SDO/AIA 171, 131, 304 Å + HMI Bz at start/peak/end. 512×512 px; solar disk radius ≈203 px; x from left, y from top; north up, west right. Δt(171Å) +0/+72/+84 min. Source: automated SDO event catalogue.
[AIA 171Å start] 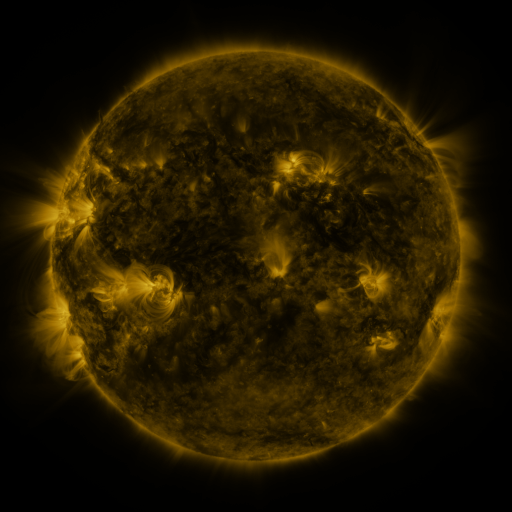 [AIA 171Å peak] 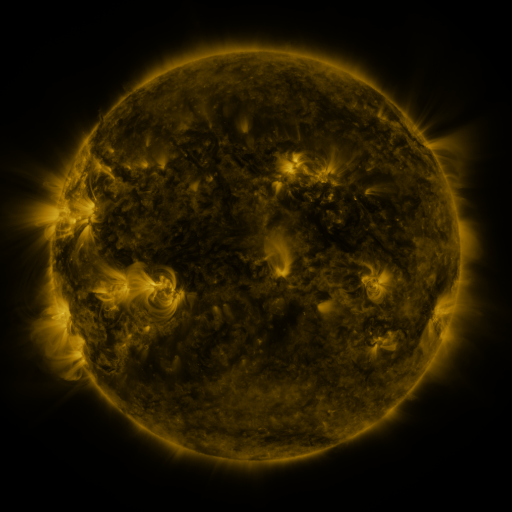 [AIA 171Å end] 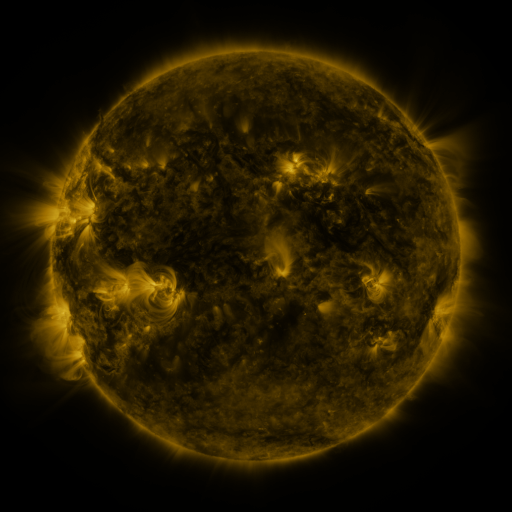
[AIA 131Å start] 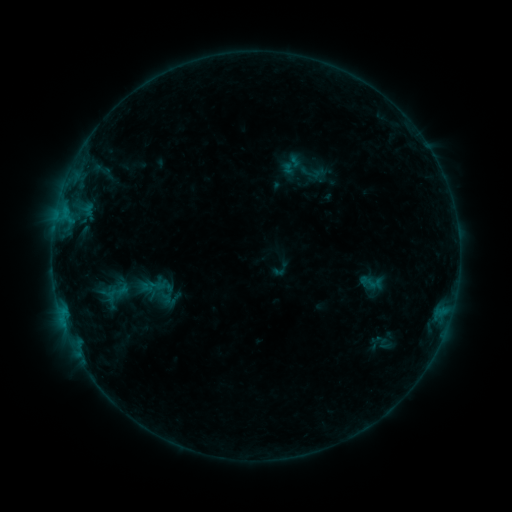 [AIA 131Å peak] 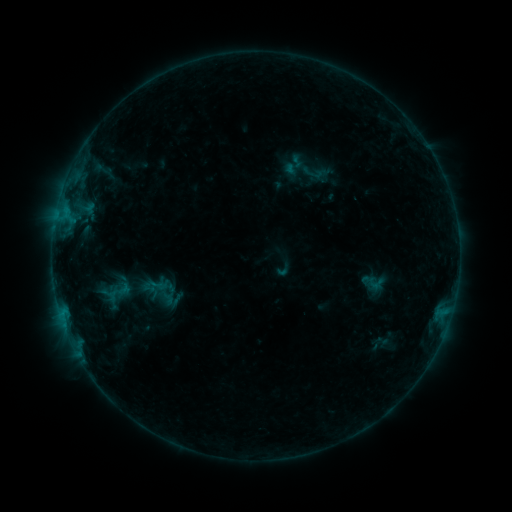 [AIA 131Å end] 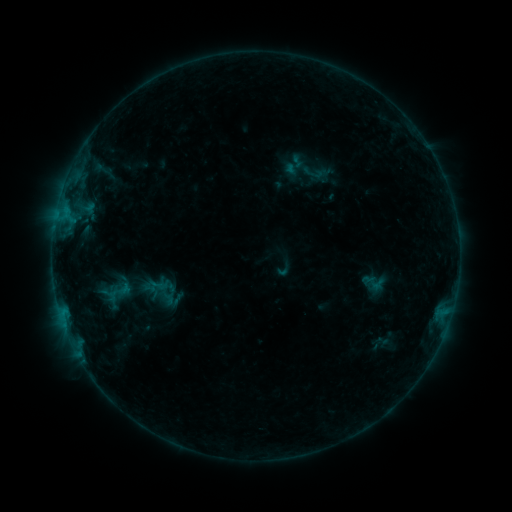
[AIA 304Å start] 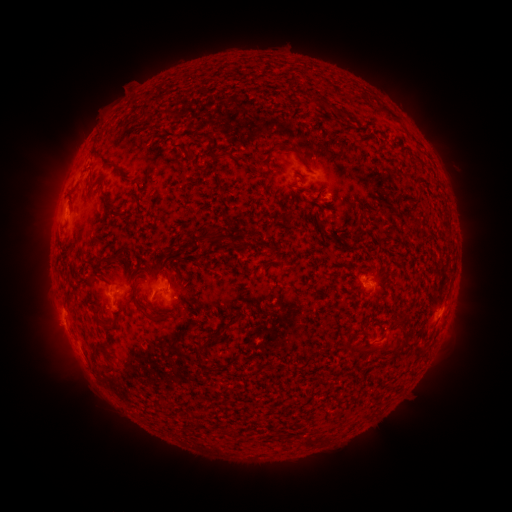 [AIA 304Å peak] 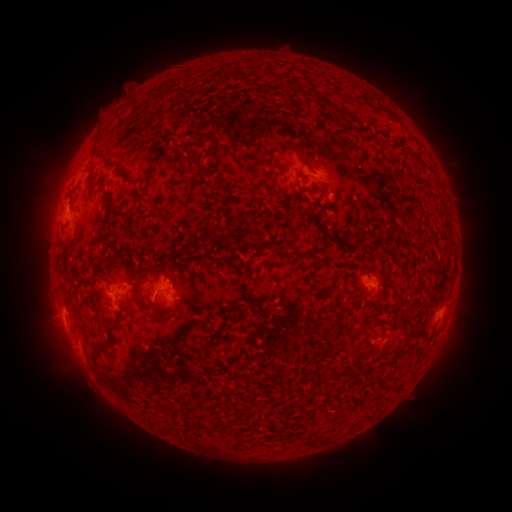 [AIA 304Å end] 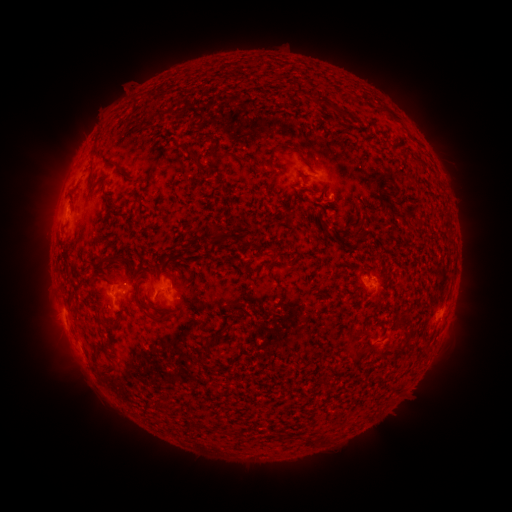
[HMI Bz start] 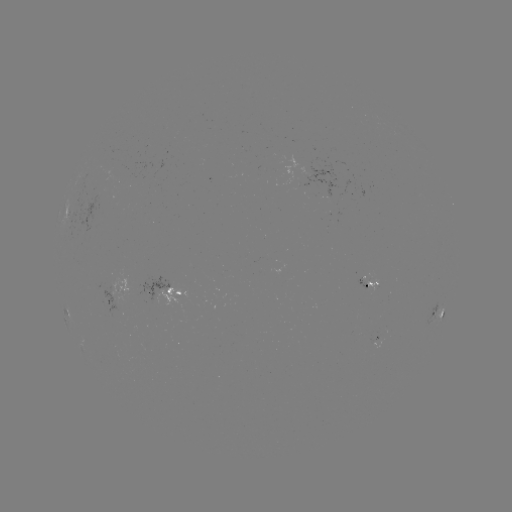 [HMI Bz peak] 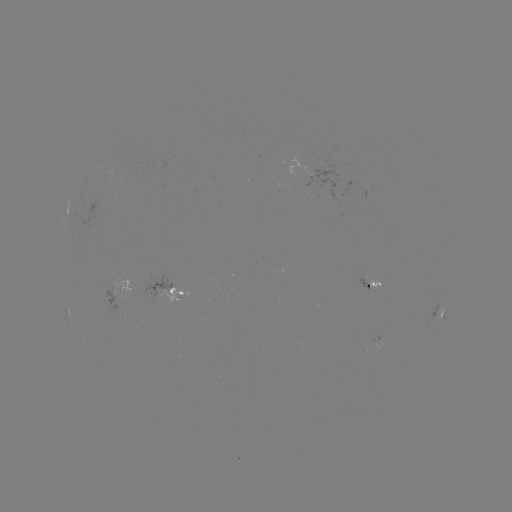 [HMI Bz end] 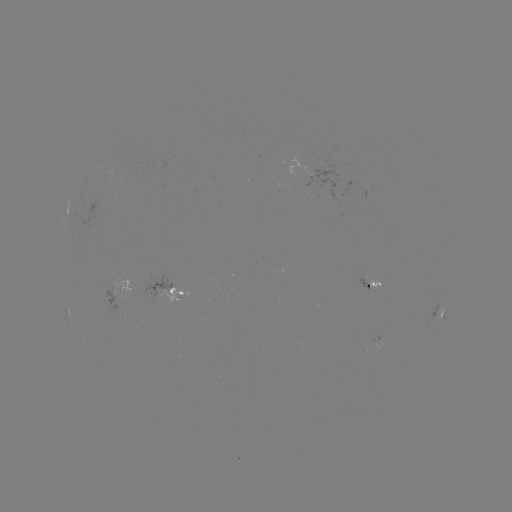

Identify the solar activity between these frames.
emerging-flux region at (308, 161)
